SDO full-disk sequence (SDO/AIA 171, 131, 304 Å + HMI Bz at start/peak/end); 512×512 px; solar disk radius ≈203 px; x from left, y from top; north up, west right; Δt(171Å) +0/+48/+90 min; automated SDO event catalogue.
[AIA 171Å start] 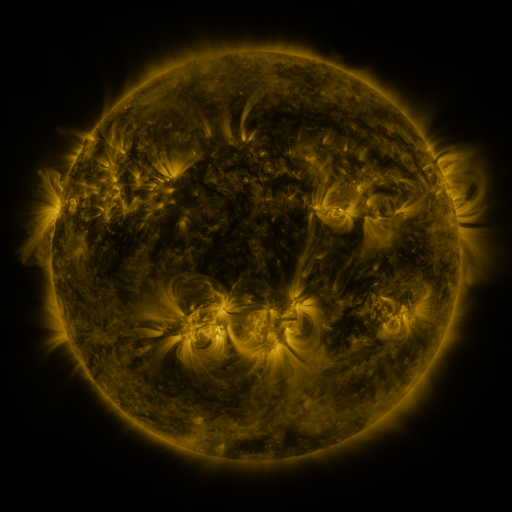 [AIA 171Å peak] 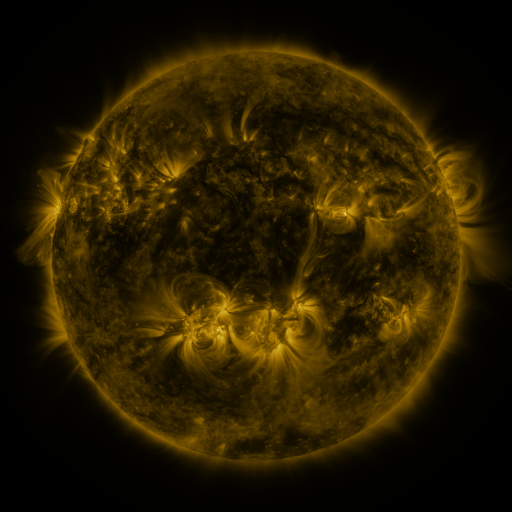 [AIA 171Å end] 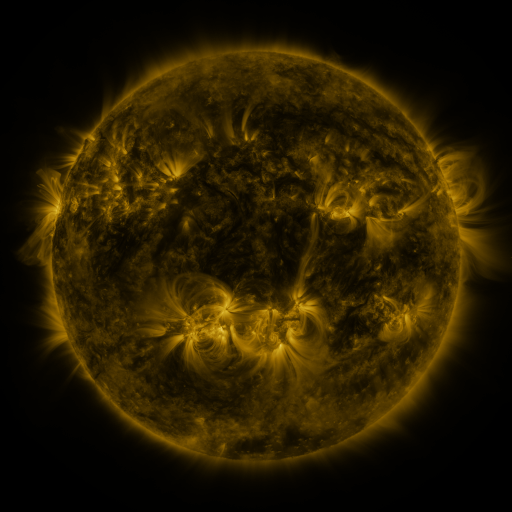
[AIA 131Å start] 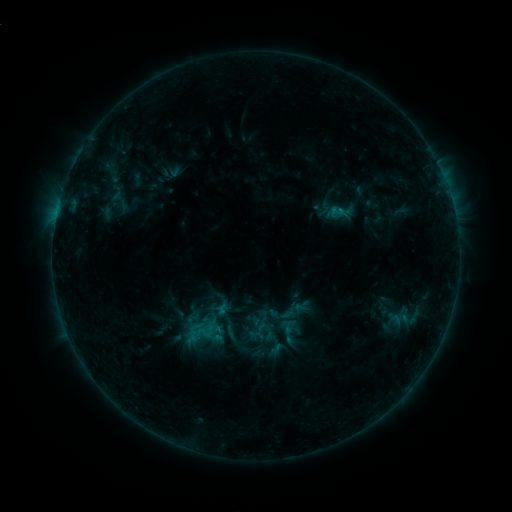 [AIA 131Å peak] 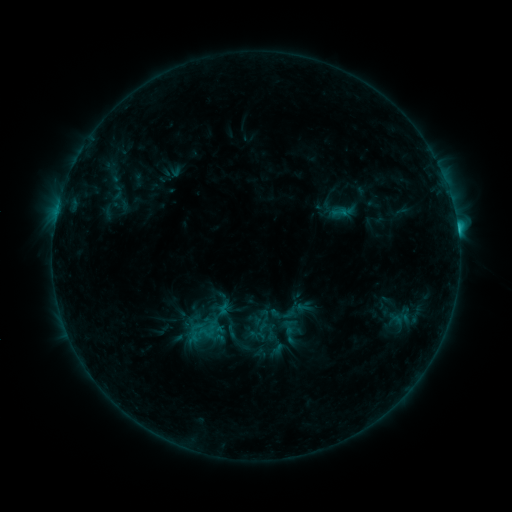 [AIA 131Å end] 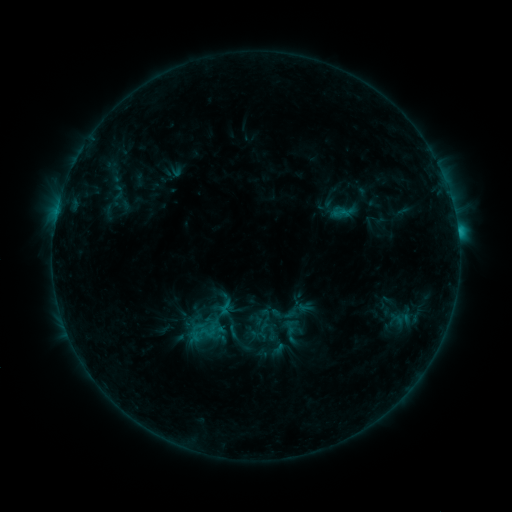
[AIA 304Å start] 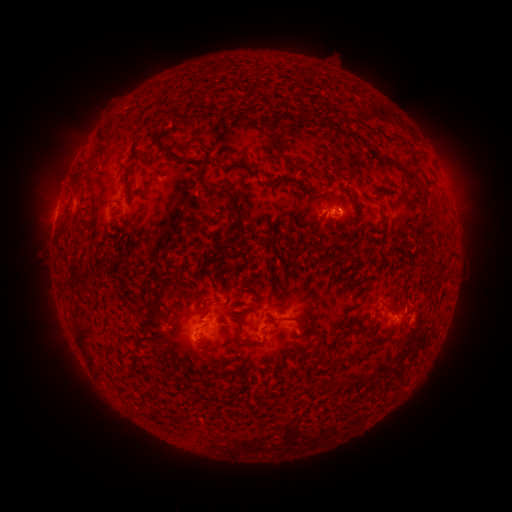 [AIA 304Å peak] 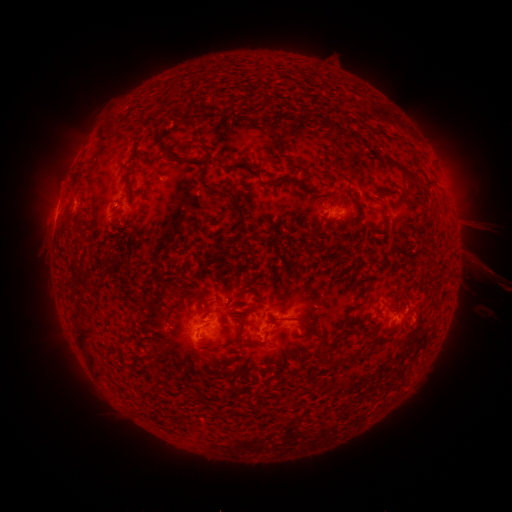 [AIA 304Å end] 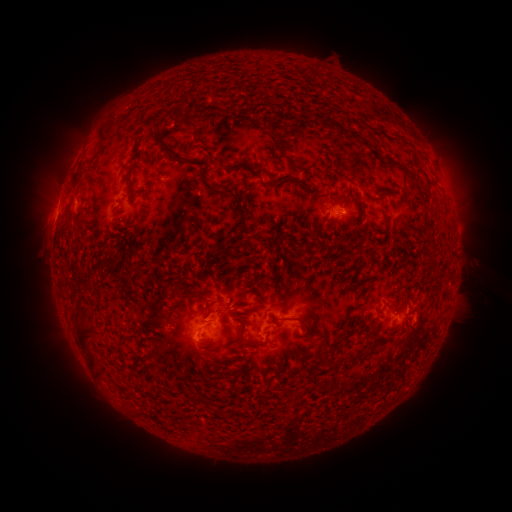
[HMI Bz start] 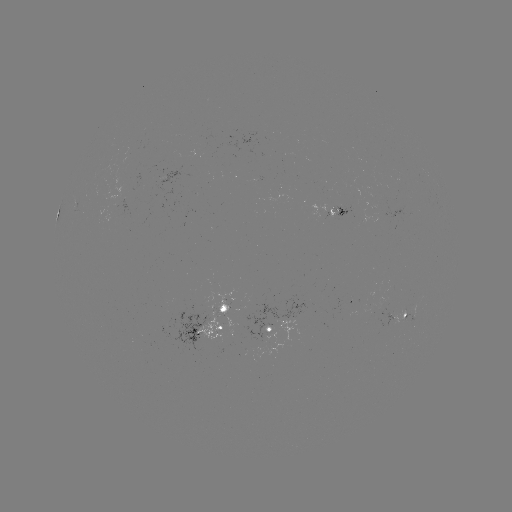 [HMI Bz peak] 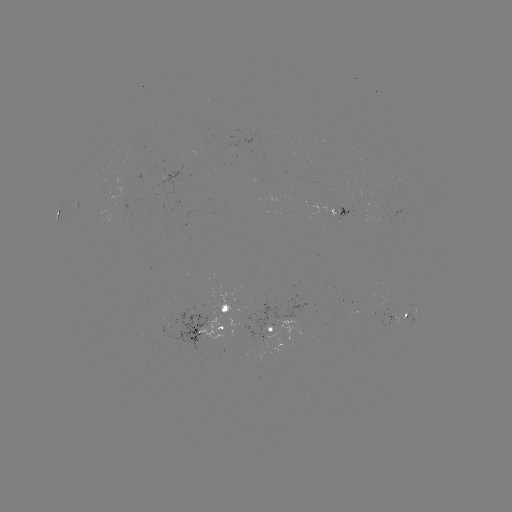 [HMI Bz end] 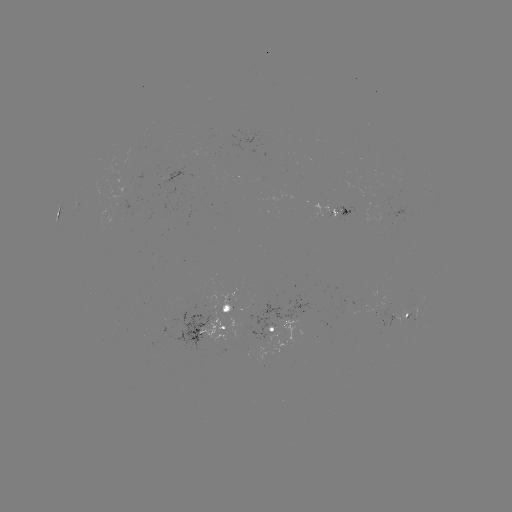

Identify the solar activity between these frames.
filament eruption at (462, 208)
